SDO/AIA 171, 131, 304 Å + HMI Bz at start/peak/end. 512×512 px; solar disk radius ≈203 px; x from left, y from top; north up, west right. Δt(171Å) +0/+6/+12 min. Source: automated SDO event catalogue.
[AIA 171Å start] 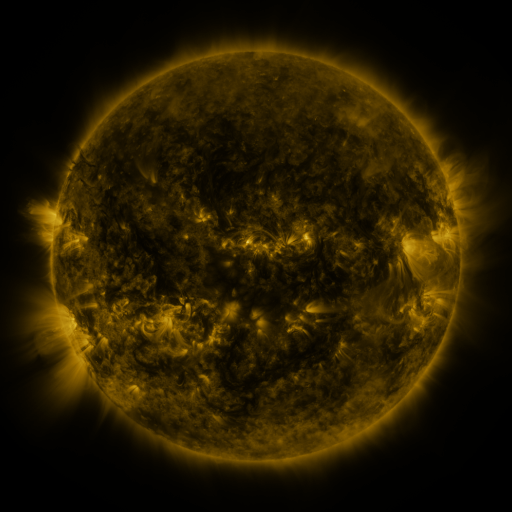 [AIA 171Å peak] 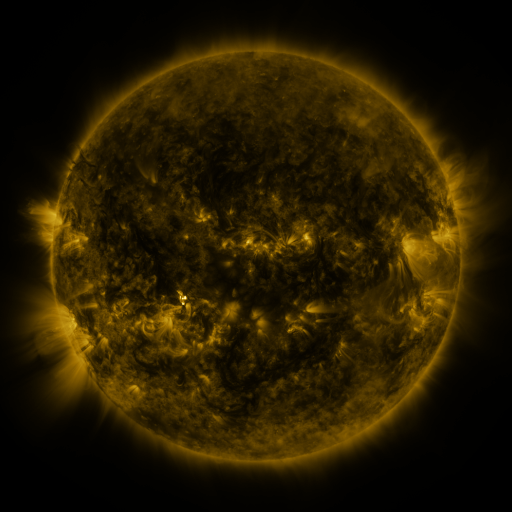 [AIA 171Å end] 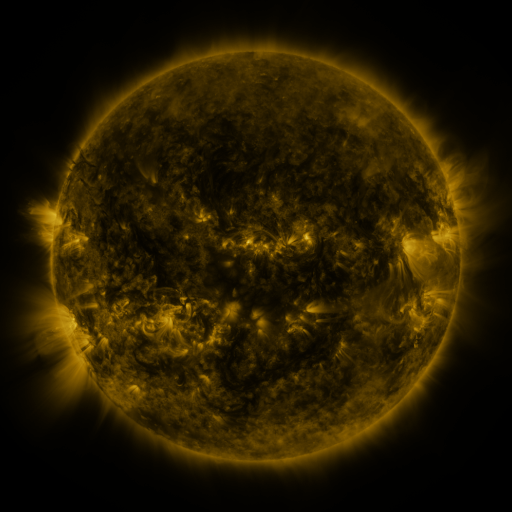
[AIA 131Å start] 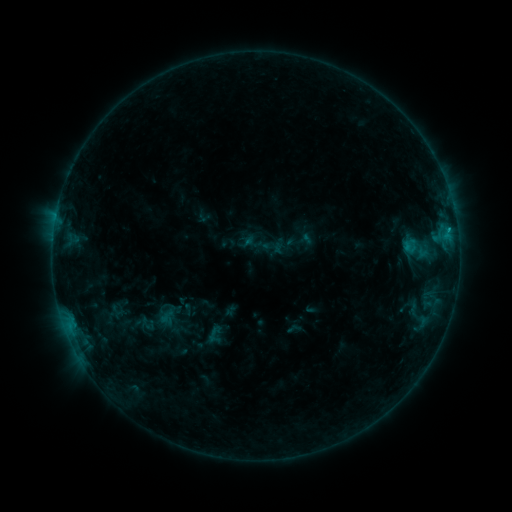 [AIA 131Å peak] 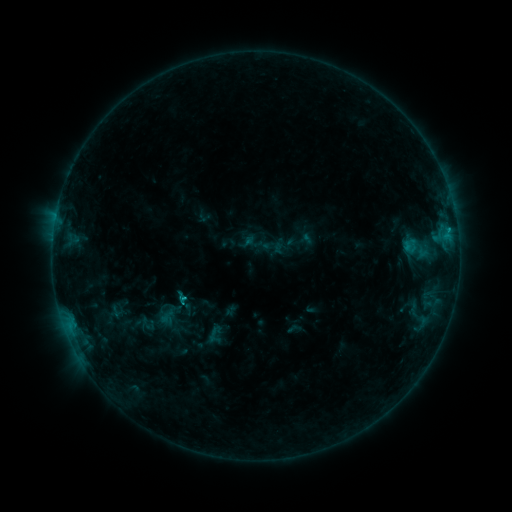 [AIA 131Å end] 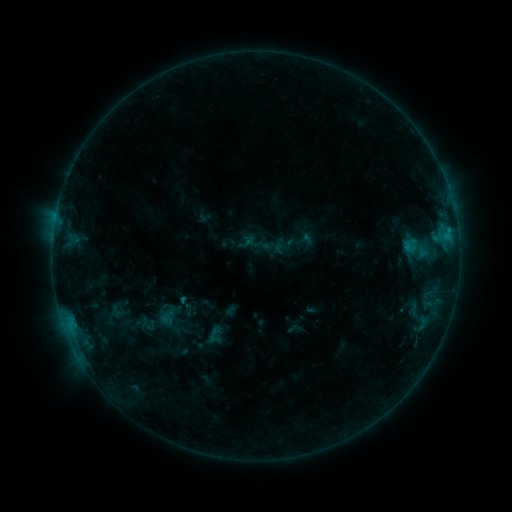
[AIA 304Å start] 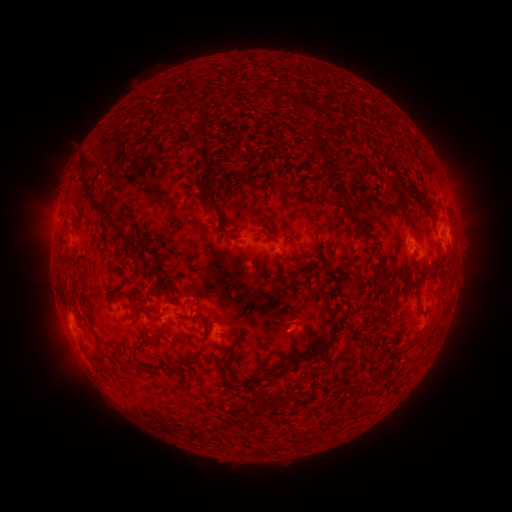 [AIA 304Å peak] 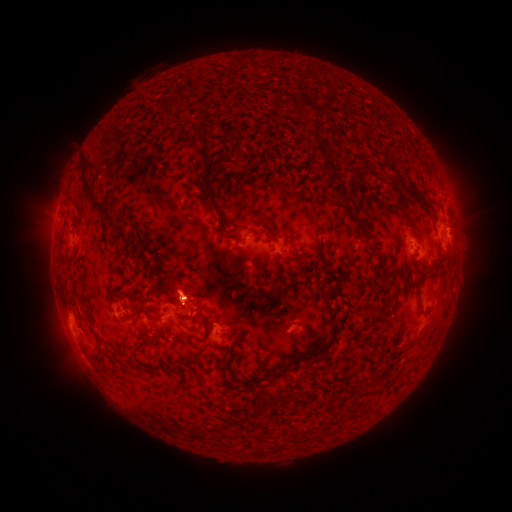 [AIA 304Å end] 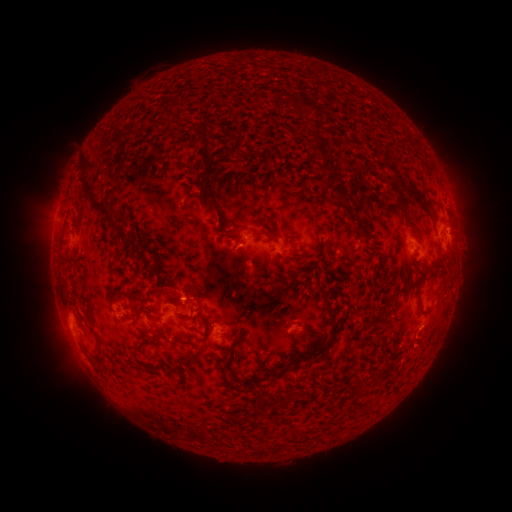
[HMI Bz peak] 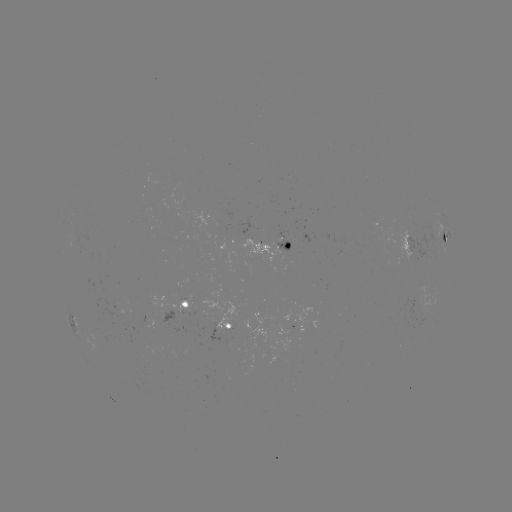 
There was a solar flare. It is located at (186, 297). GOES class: B6.9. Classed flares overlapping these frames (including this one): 1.